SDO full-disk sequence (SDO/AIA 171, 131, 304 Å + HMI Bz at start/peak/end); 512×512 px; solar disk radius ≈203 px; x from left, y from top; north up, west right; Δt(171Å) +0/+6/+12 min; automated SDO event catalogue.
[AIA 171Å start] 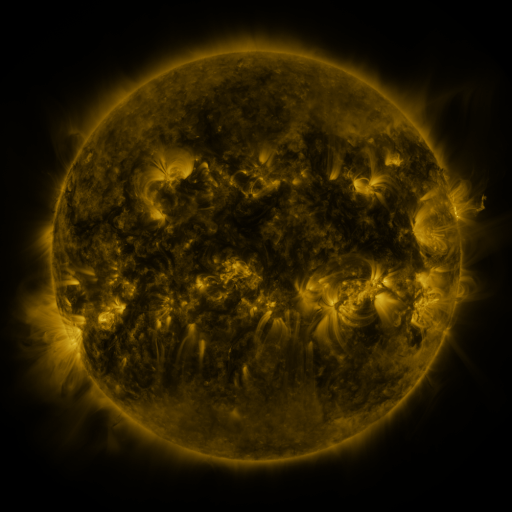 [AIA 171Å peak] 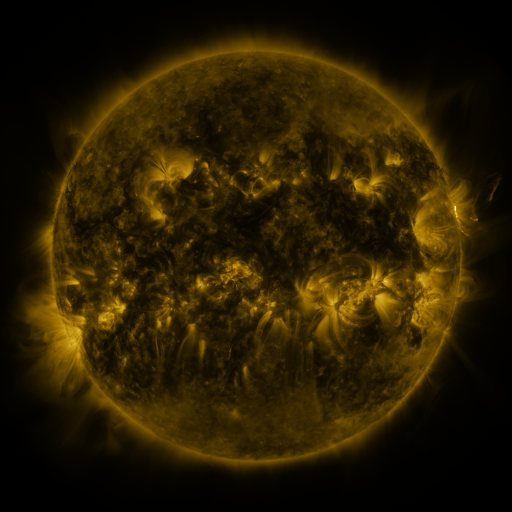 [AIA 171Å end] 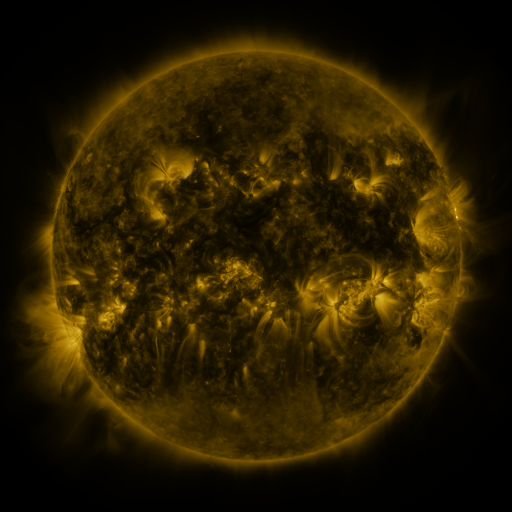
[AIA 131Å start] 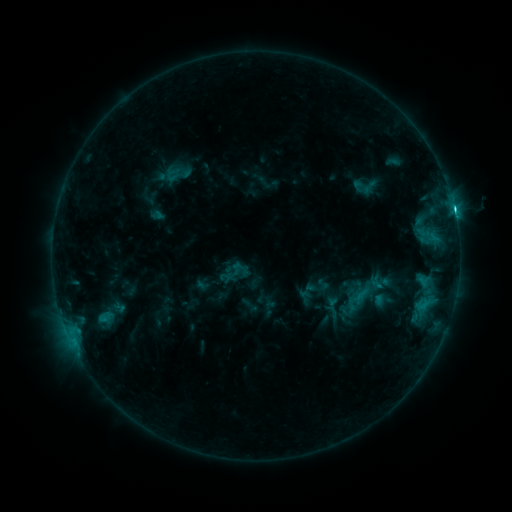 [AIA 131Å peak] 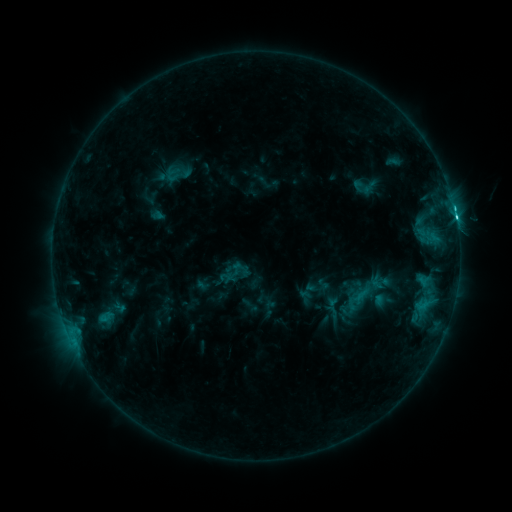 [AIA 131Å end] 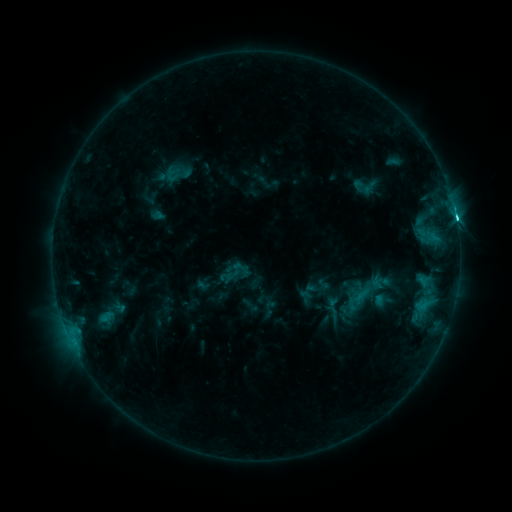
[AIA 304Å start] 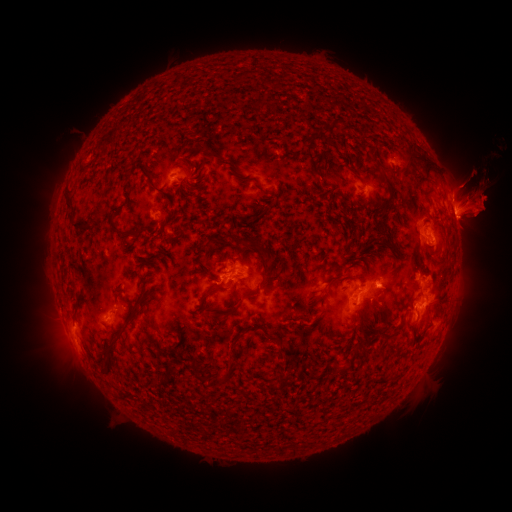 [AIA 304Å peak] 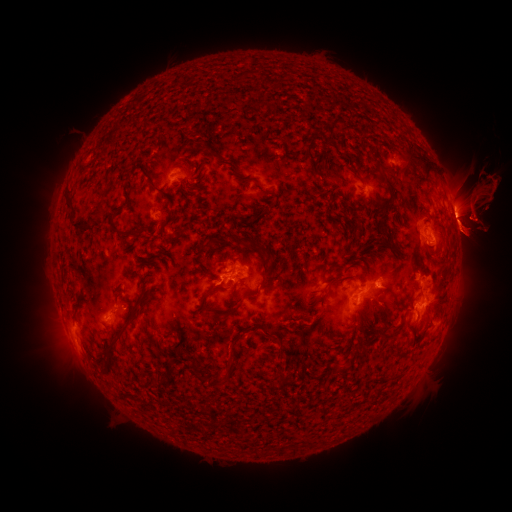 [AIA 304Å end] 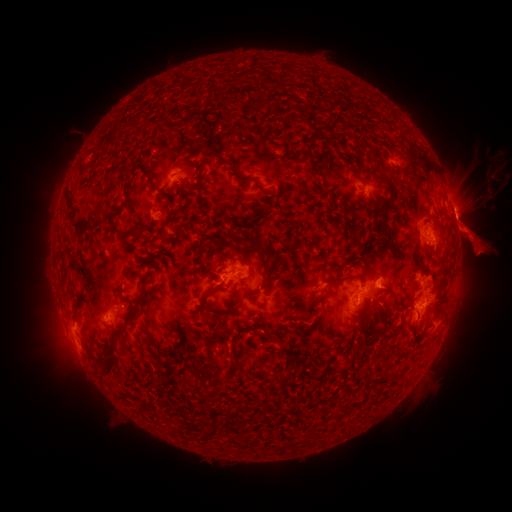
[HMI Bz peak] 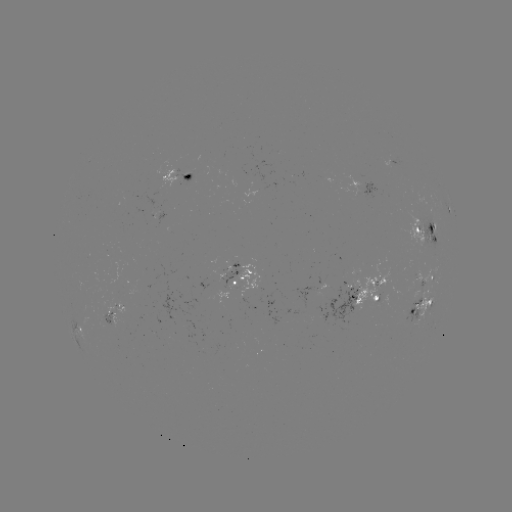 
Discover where eruption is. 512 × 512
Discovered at (403, 218).